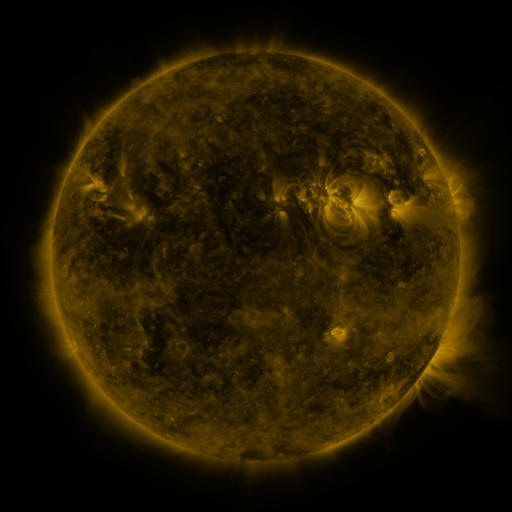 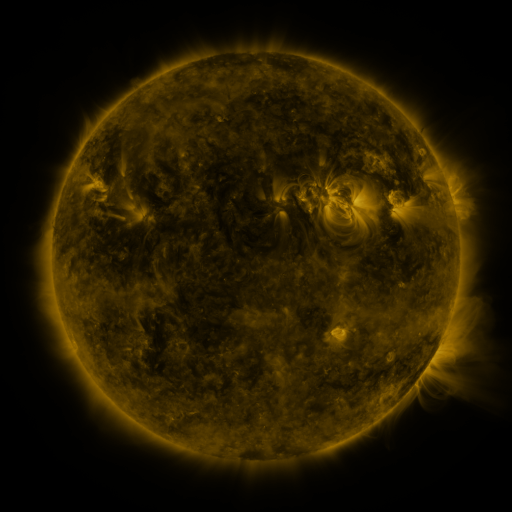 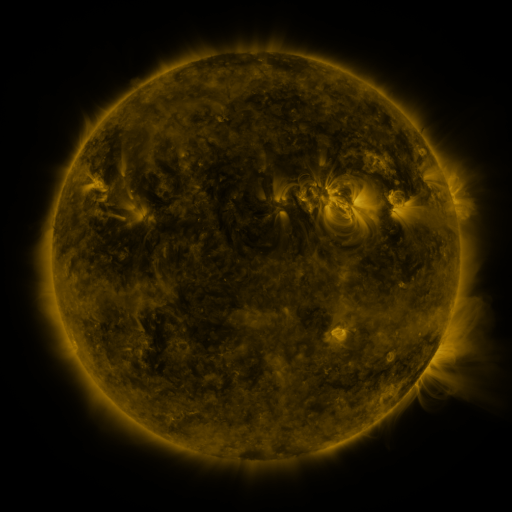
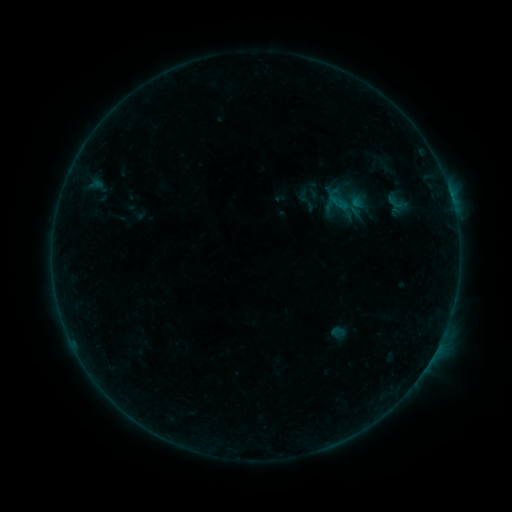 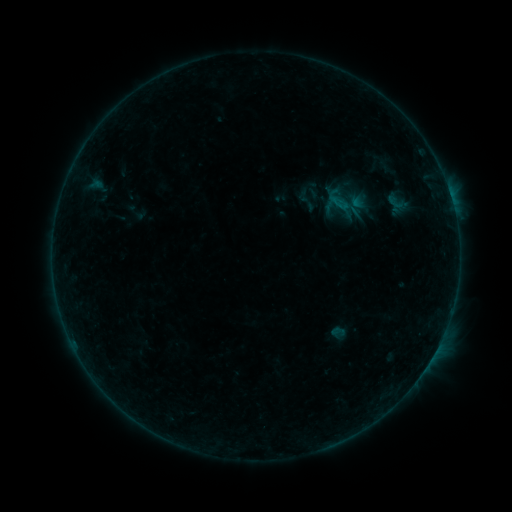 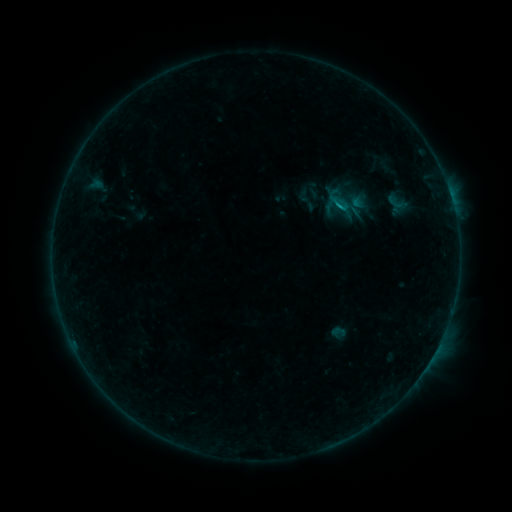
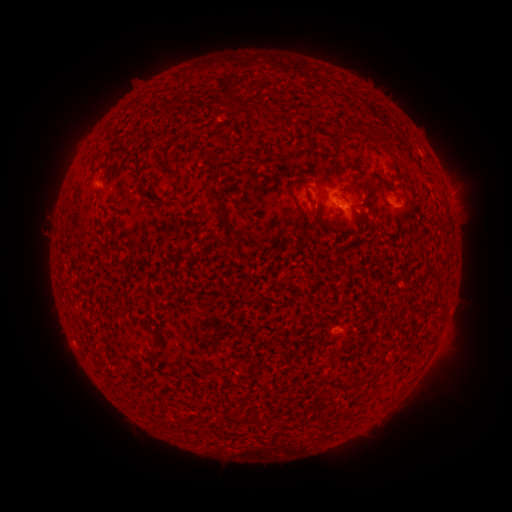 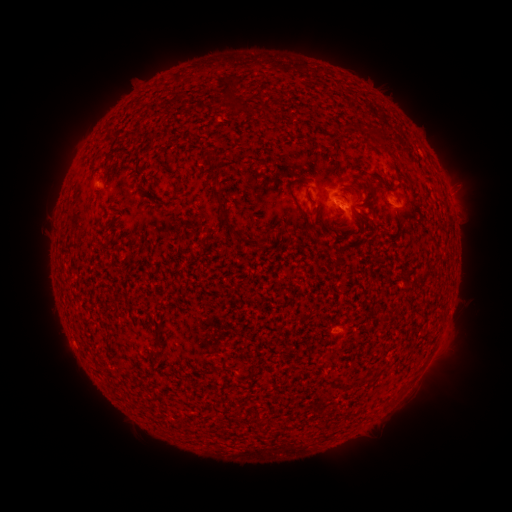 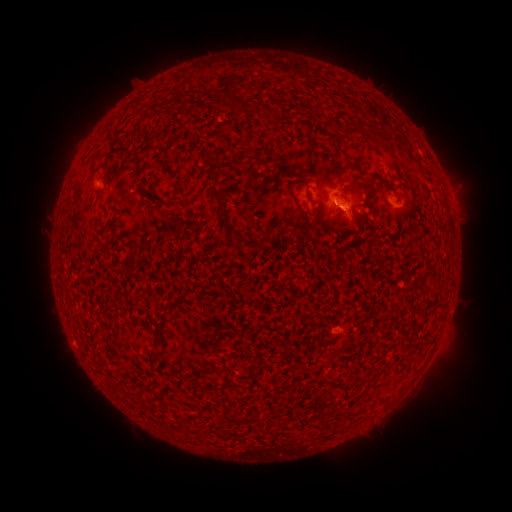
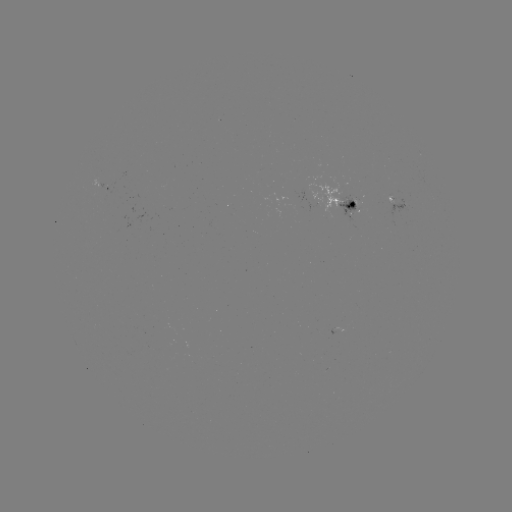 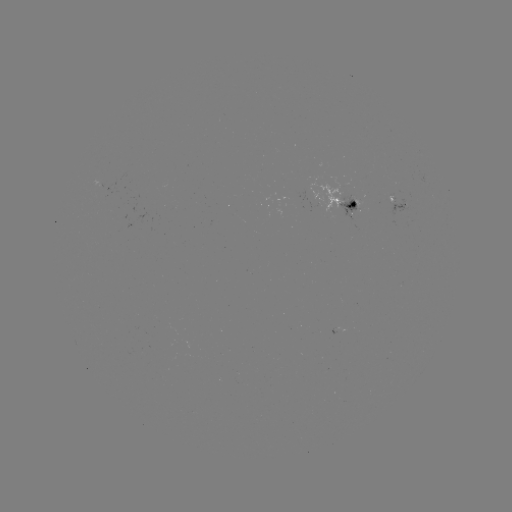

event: flare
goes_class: B5.7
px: (333, 203)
